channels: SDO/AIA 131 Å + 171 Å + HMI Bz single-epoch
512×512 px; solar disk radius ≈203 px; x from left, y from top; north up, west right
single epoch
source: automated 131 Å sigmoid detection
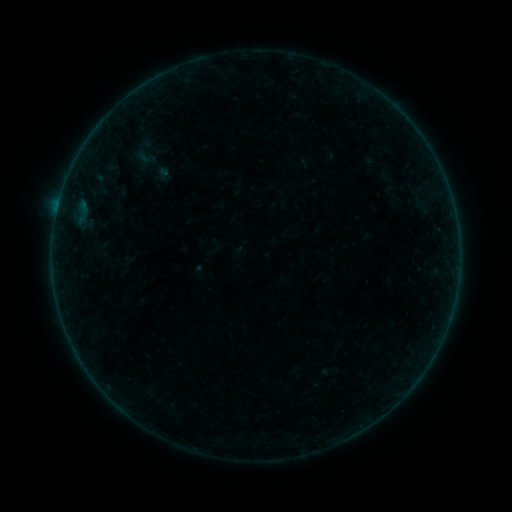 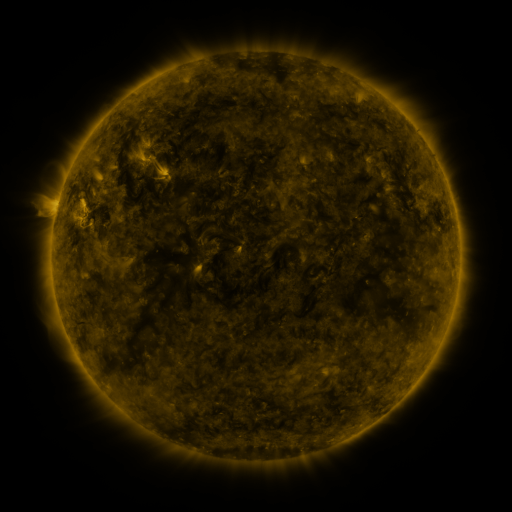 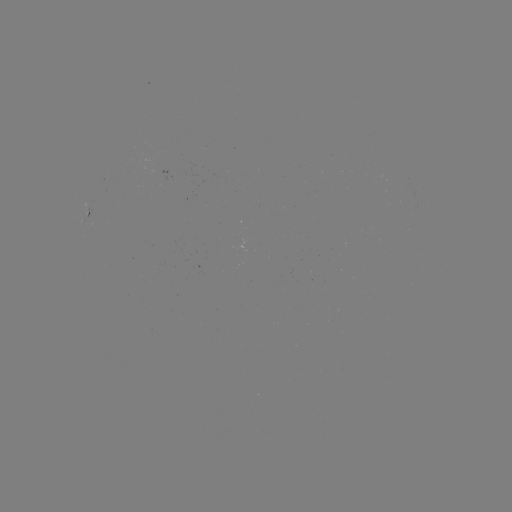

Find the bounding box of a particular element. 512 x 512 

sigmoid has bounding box [128, 135, 163, 170].